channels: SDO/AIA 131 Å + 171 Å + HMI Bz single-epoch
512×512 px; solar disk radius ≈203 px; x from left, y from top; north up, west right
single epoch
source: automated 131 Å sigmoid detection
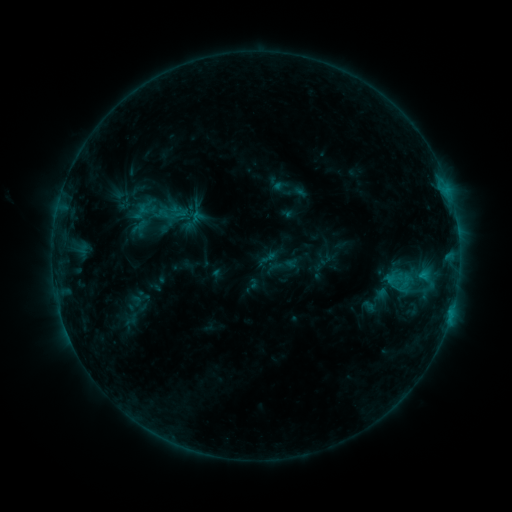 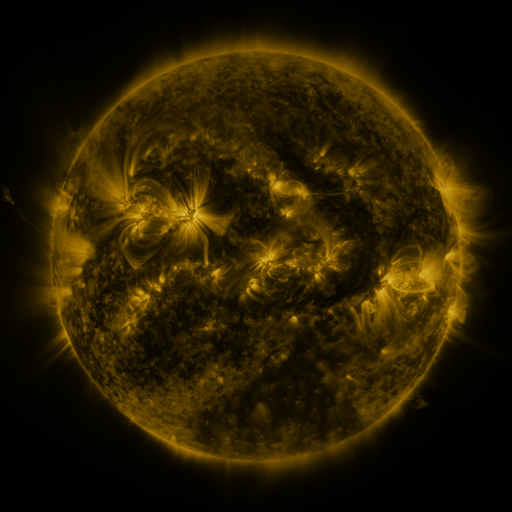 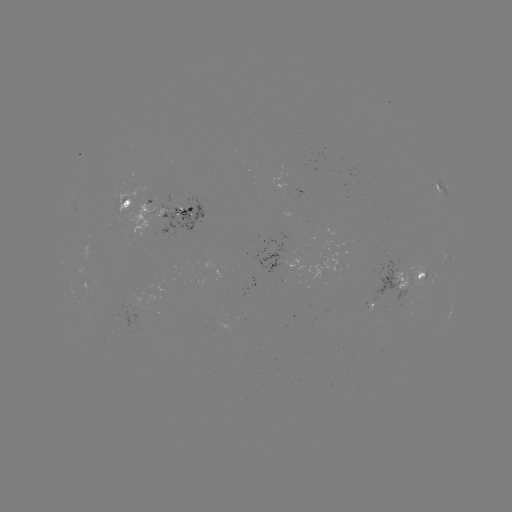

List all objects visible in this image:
sigmoid: <bbox>259, 247, 280, 268</bbox>
sigmoid: <bbox>399, 271, 414, 290</bbox>
